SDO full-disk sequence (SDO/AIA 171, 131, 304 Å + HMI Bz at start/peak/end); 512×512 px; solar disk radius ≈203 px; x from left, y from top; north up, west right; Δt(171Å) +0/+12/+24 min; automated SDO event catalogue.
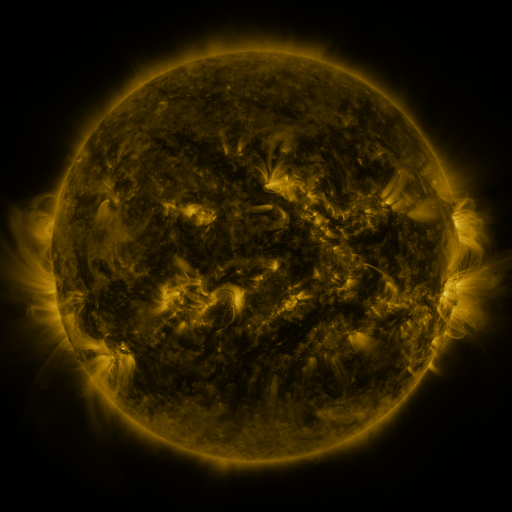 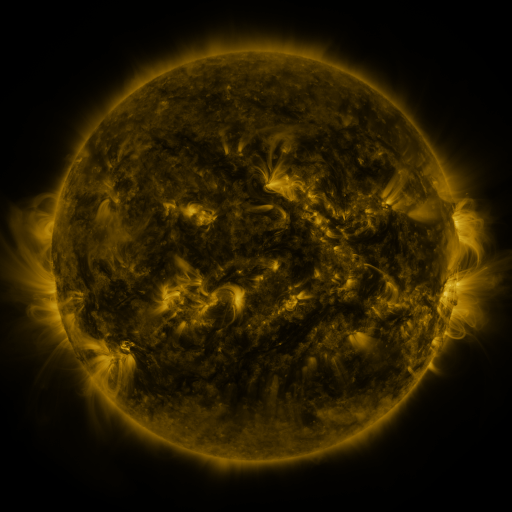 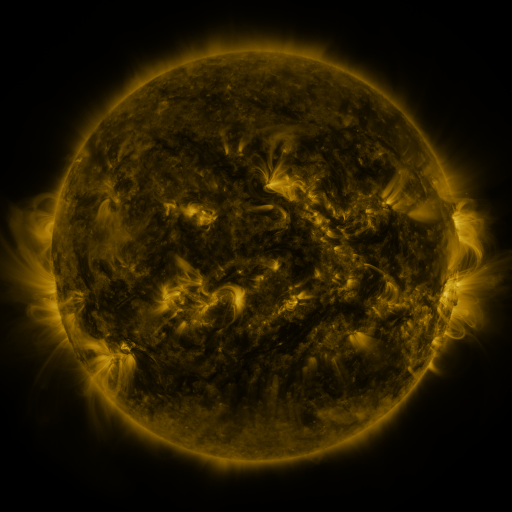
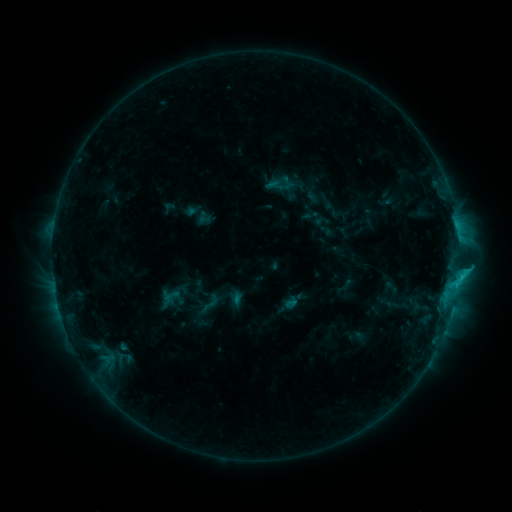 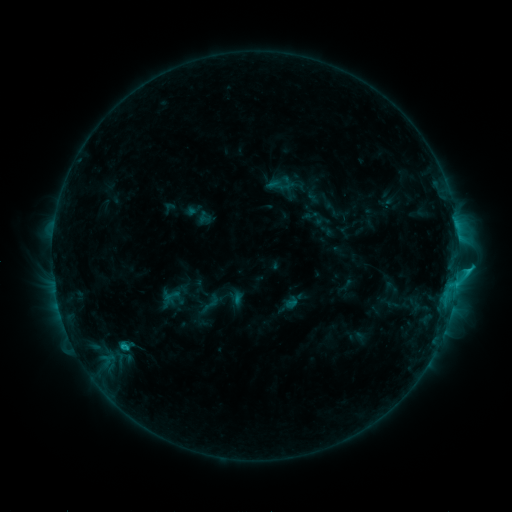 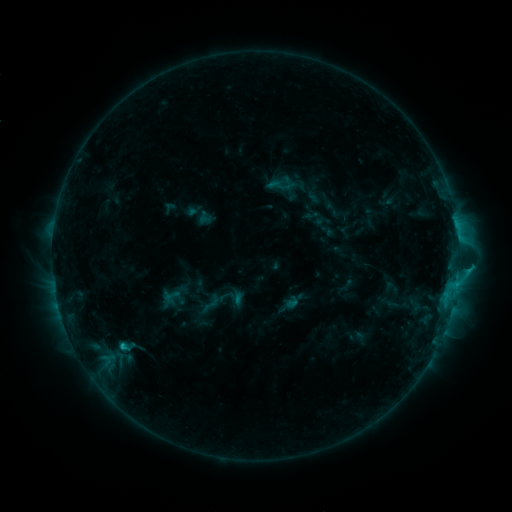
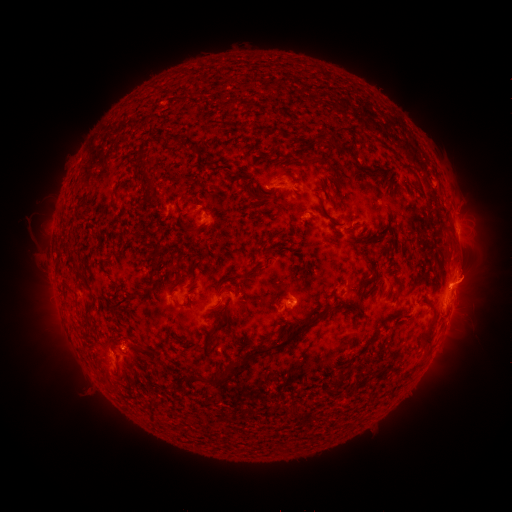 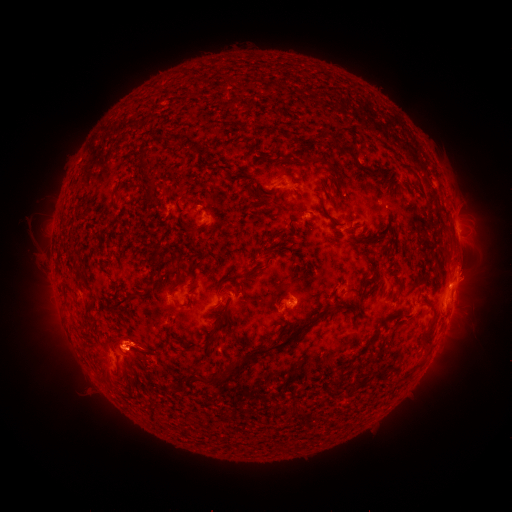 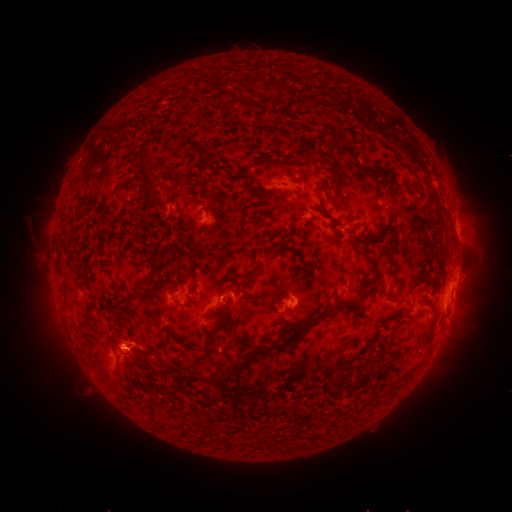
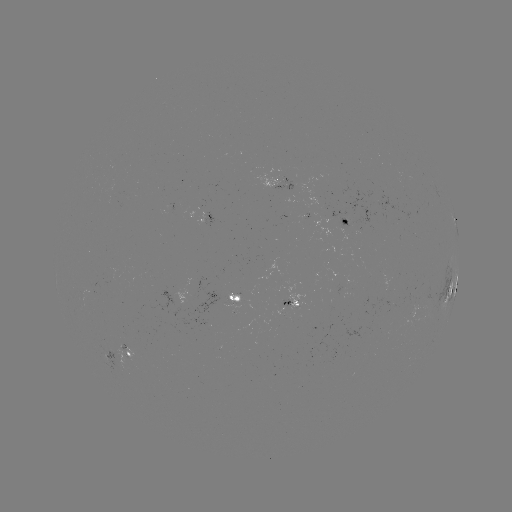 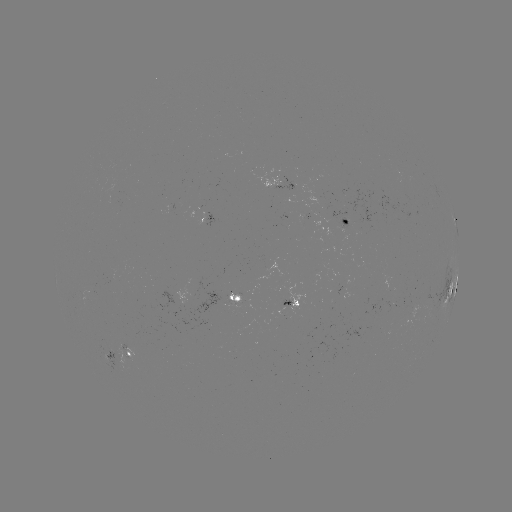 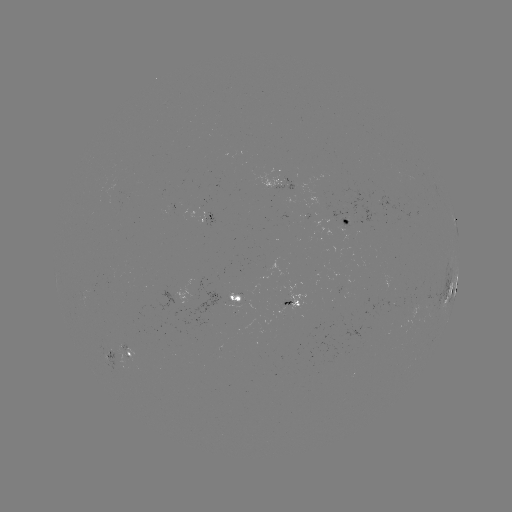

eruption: [108, 311, 179, 392]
